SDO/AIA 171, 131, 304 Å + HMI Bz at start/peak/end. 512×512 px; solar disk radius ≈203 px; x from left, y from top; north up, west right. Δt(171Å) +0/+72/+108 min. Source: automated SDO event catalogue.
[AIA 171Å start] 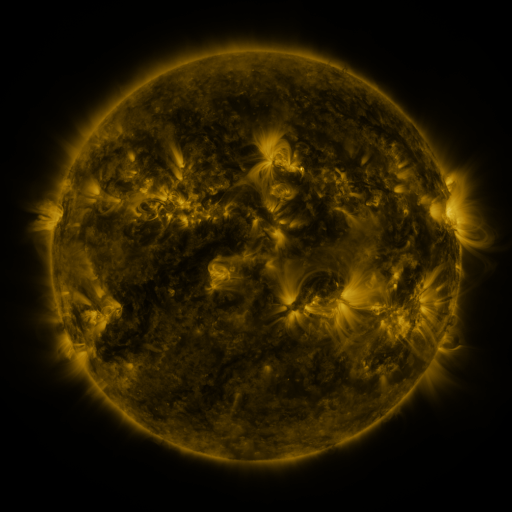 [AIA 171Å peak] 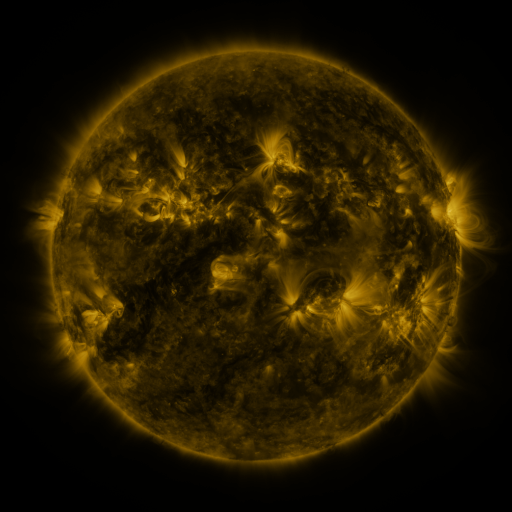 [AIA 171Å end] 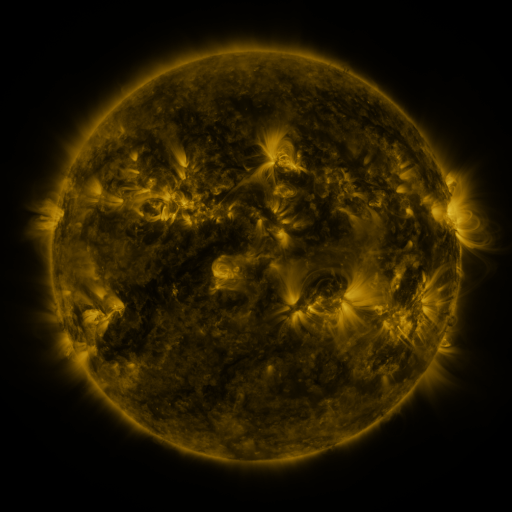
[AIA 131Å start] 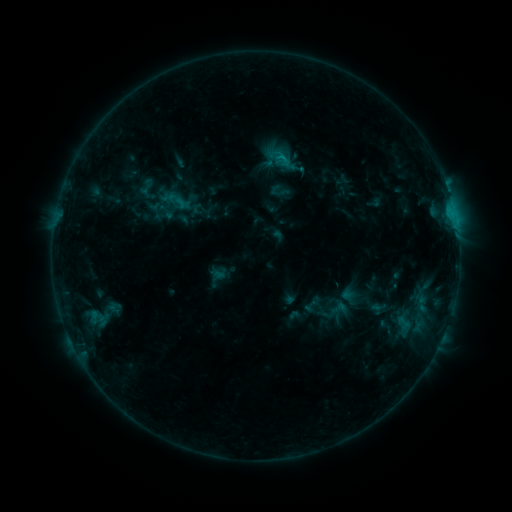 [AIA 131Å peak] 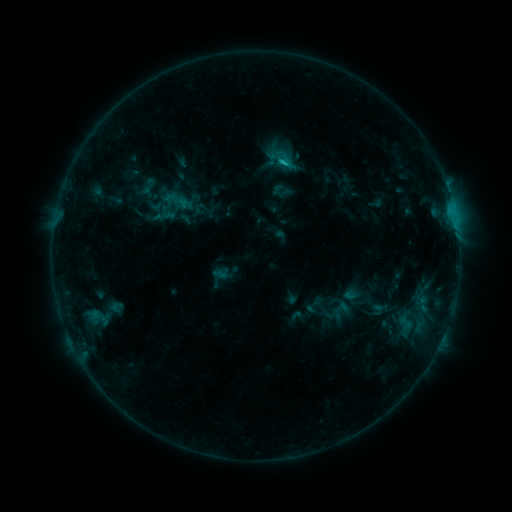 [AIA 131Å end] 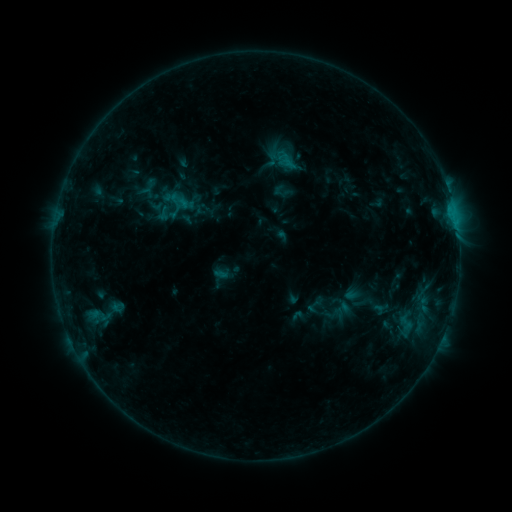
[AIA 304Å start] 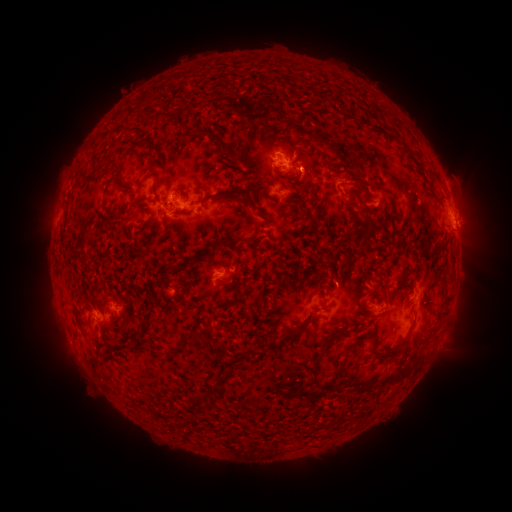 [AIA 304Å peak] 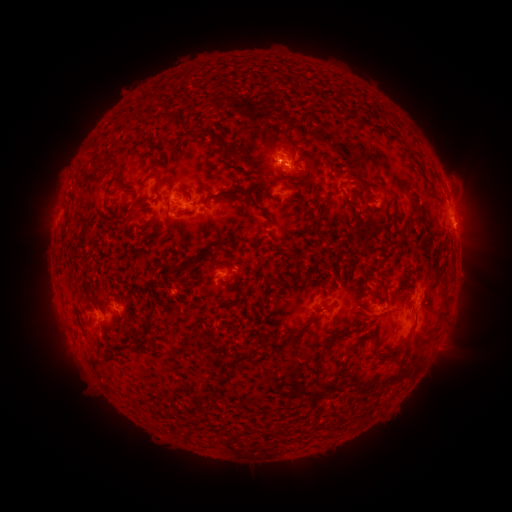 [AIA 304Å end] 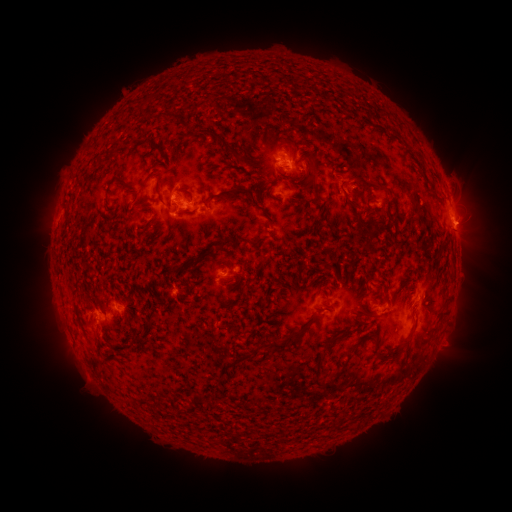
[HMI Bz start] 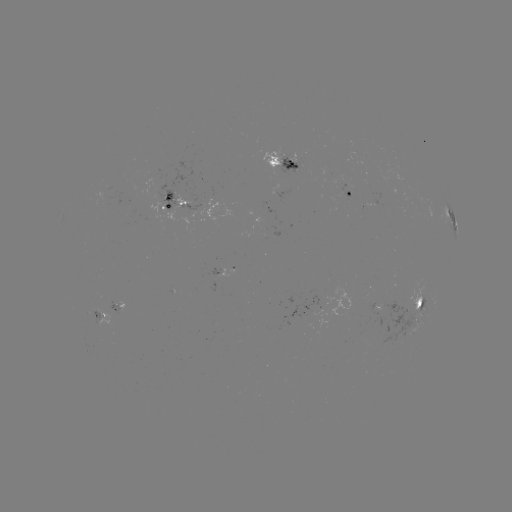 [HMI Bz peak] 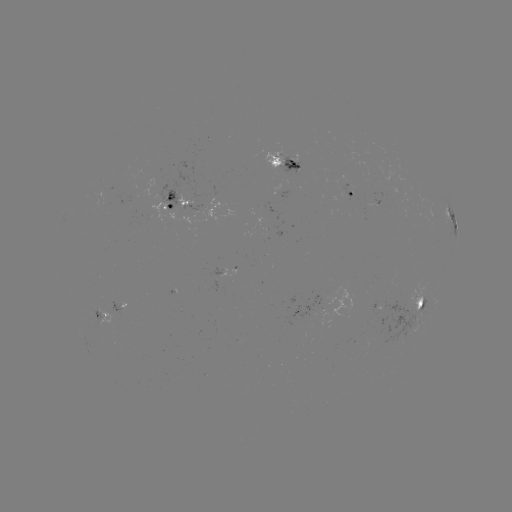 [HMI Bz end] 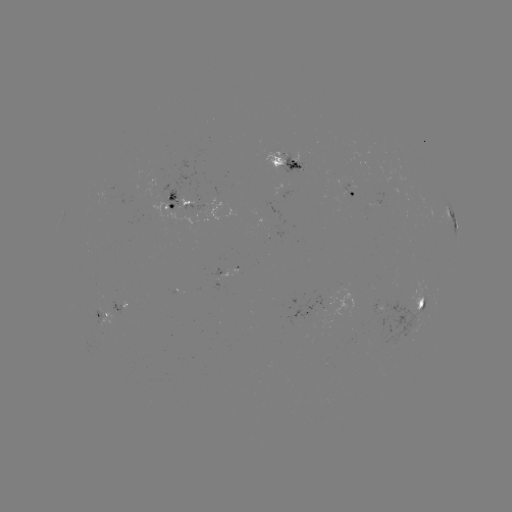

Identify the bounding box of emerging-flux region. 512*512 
[335, 186, 353, 208].